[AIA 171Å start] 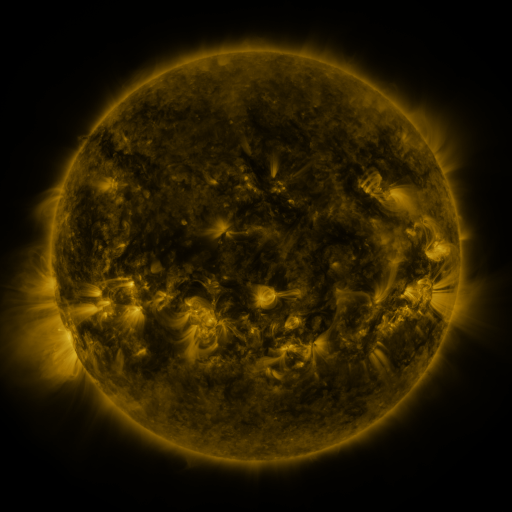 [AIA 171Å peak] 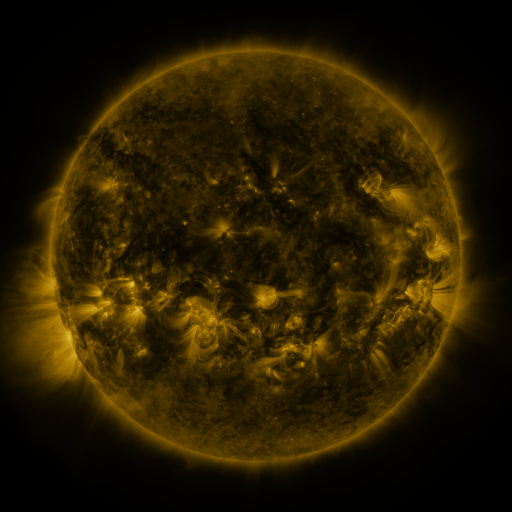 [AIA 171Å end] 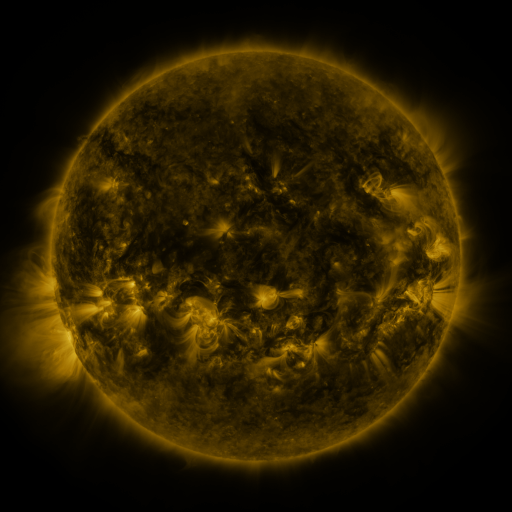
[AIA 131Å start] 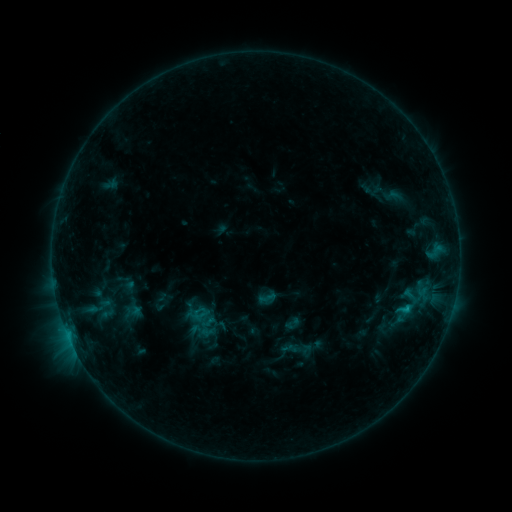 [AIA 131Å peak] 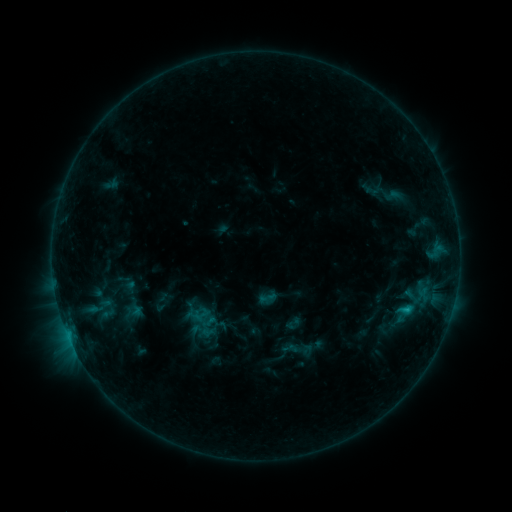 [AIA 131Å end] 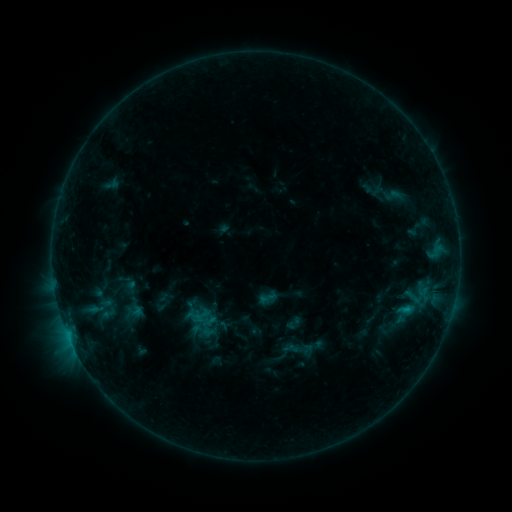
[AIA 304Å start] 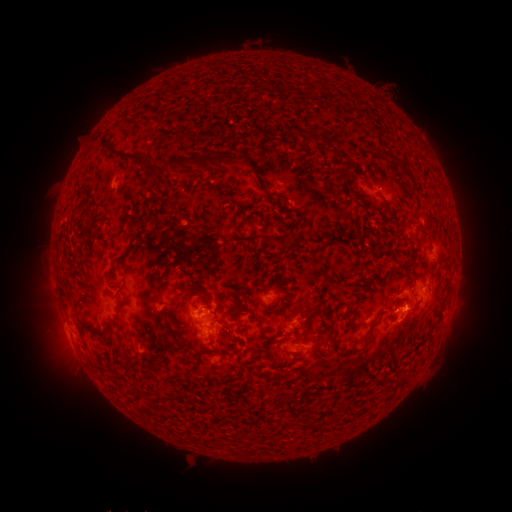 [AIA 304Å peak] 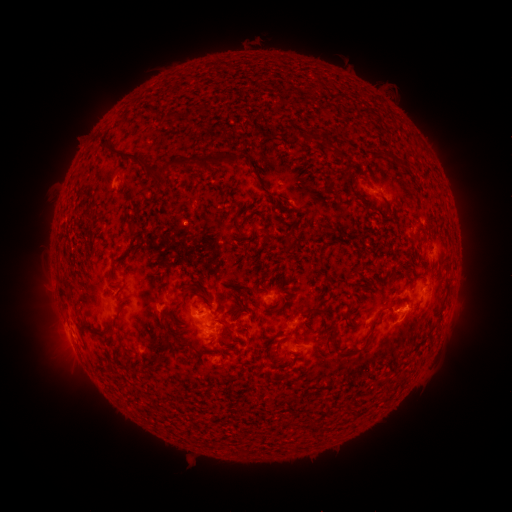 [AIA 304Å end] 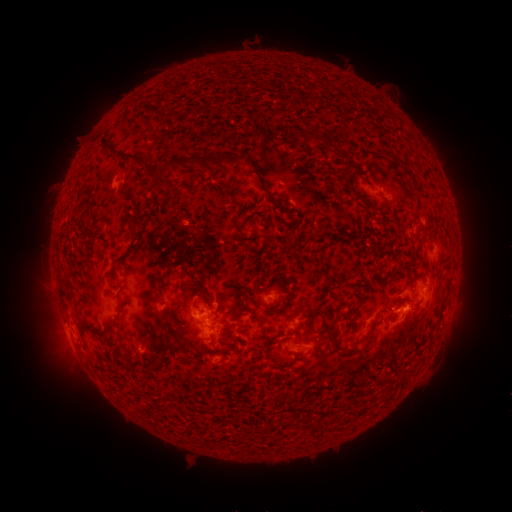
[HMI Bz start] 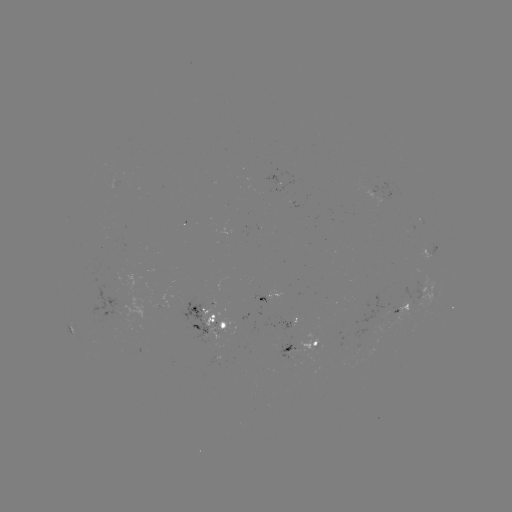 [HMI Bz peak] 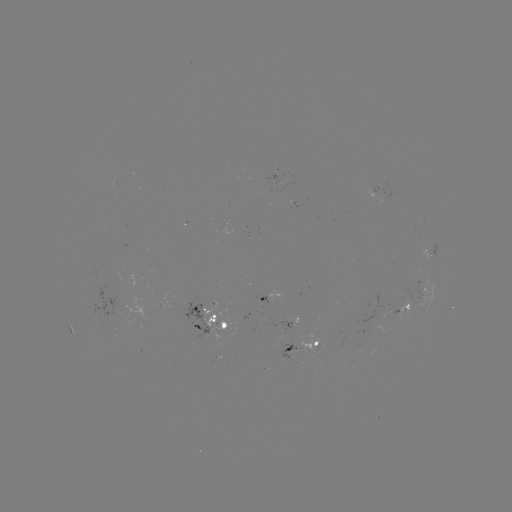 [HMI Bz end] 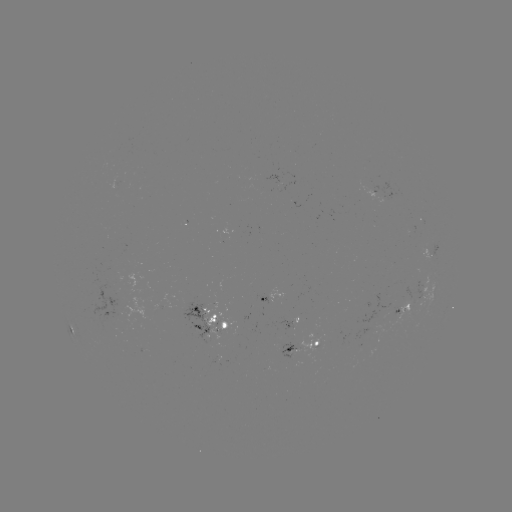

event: flare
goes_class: C1.1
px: (406, 310)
